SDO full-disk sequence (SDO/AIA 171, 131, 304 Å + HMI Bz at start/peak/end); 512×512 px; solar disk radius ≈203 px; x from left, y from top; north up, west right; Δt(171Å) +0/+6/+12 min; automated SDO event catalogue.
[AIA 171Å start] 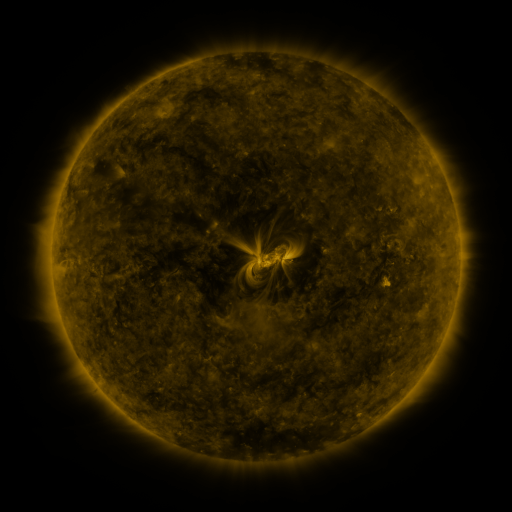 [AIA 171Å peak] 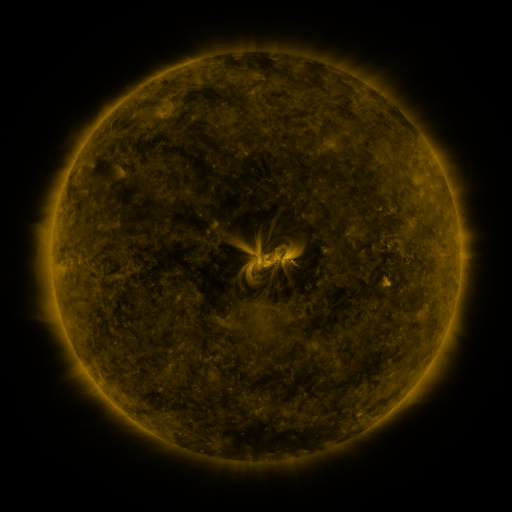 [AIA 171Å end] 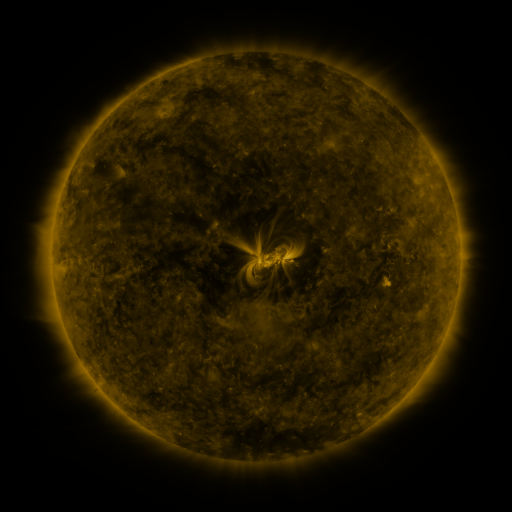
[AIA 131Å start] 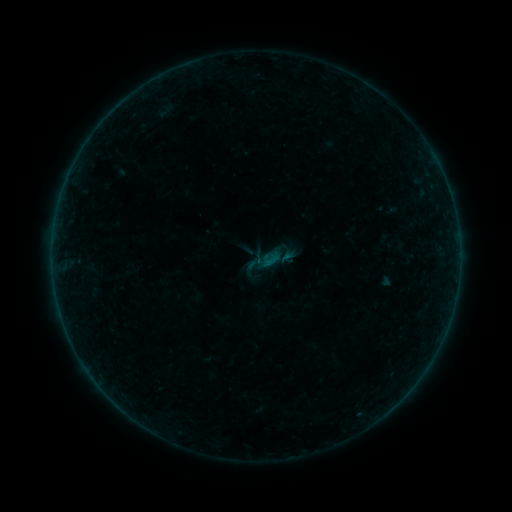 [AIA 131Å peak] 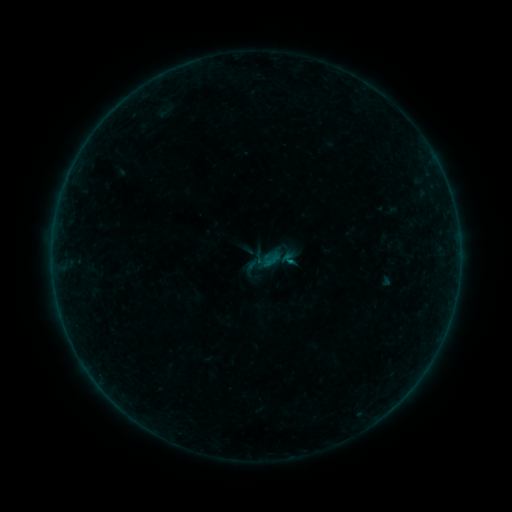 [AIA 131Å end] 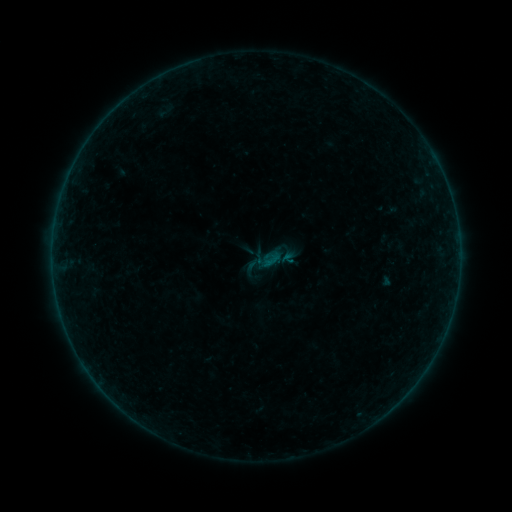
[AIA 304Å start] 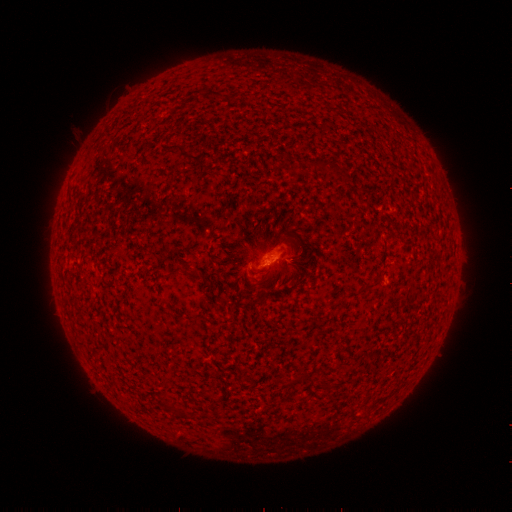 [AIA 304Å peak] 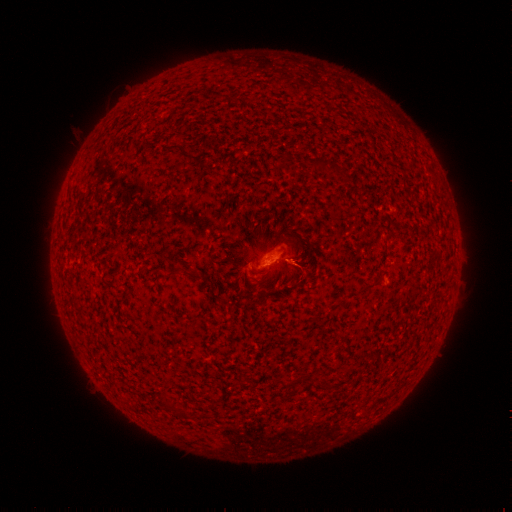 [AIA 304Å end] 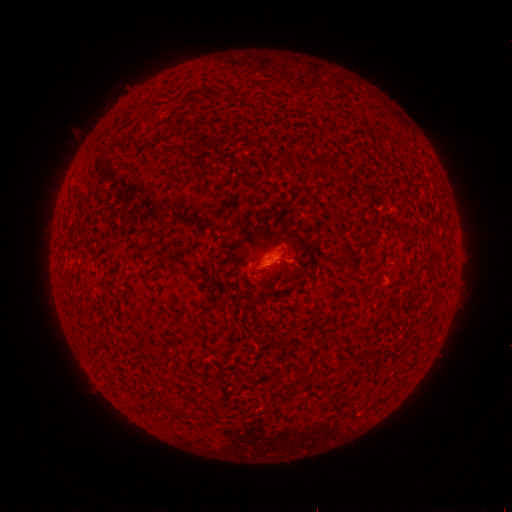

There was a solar flare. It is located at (287, 261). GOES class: B1.7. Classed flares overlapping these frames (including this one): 1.